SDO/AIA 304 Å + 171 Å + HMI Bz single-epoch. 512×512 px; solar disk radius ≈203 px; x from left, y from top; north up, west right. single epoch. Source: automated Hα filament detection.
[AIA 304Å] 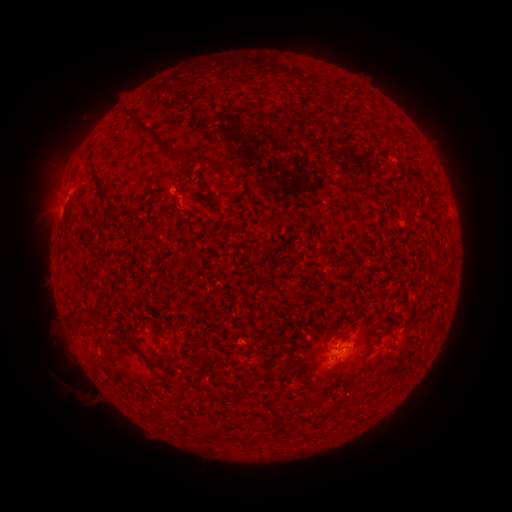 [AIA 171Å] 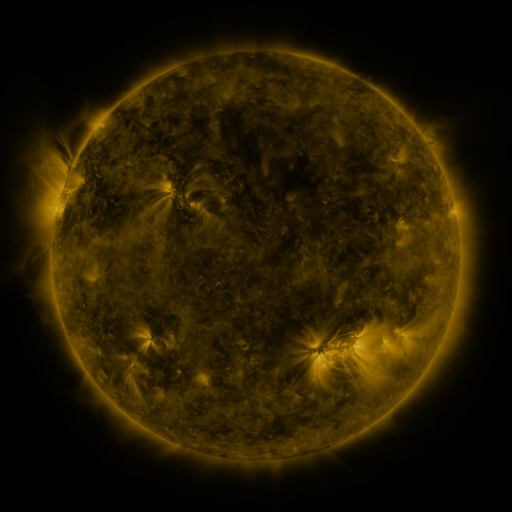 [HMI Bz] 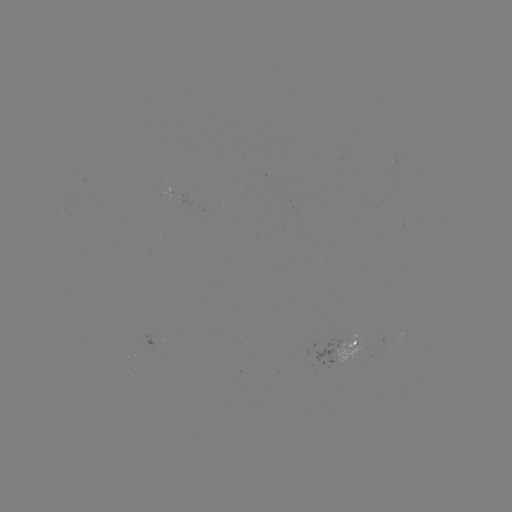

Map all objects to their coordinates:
filament: [131, 112, 189, 162]
filament: [89, 145, 108, 199]
filament: [211, 160, 229, 168]
filament: [175, 195, 183, 210]
filament: [72, 311, 91, 323]
filament: [228, 431, 241, 442]
